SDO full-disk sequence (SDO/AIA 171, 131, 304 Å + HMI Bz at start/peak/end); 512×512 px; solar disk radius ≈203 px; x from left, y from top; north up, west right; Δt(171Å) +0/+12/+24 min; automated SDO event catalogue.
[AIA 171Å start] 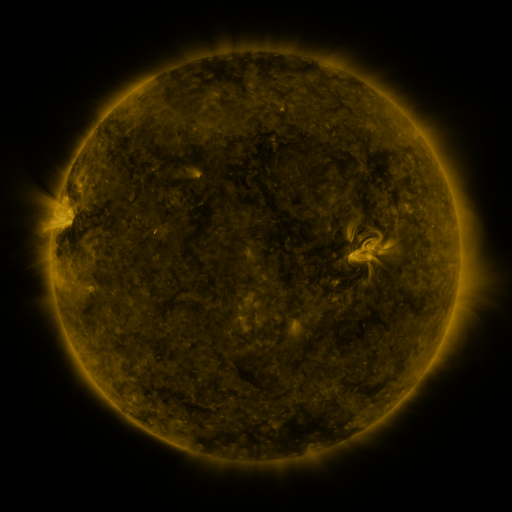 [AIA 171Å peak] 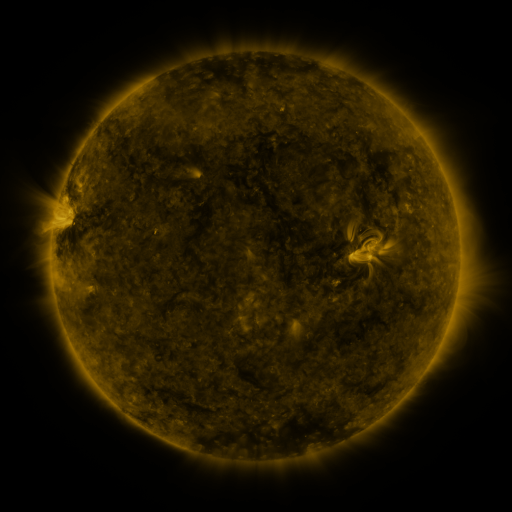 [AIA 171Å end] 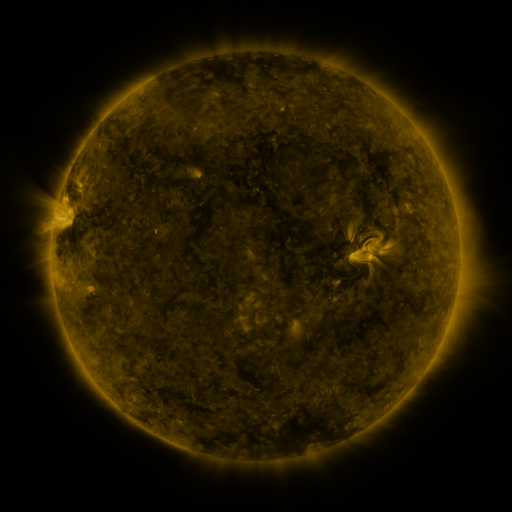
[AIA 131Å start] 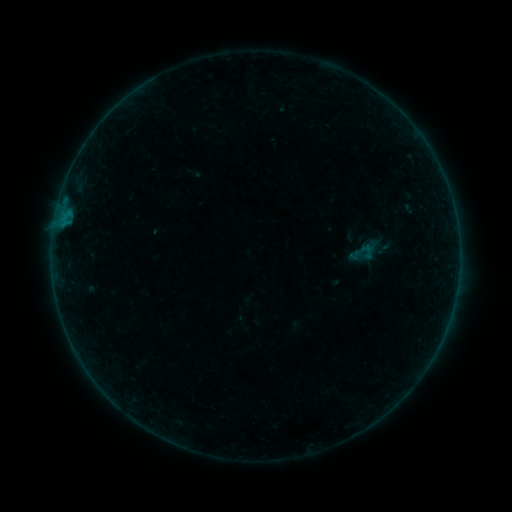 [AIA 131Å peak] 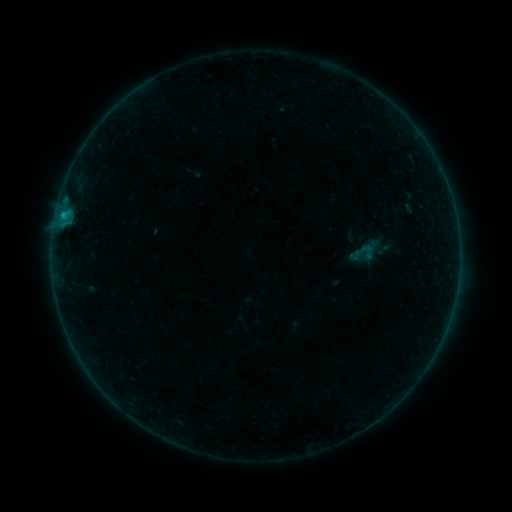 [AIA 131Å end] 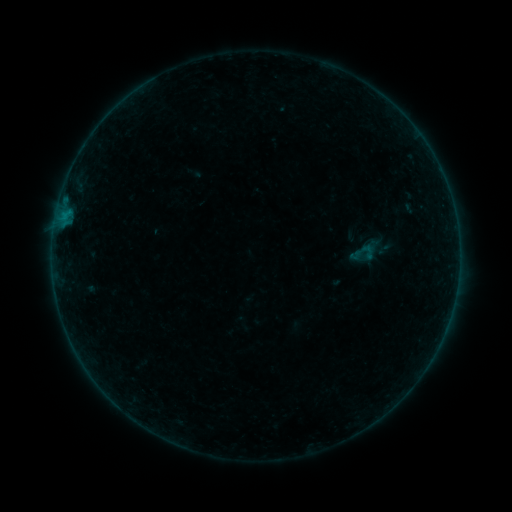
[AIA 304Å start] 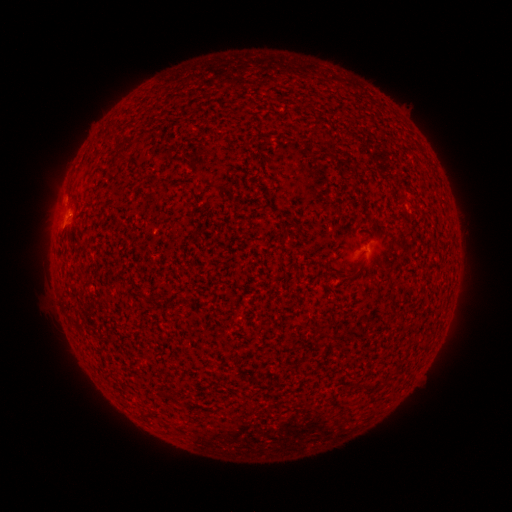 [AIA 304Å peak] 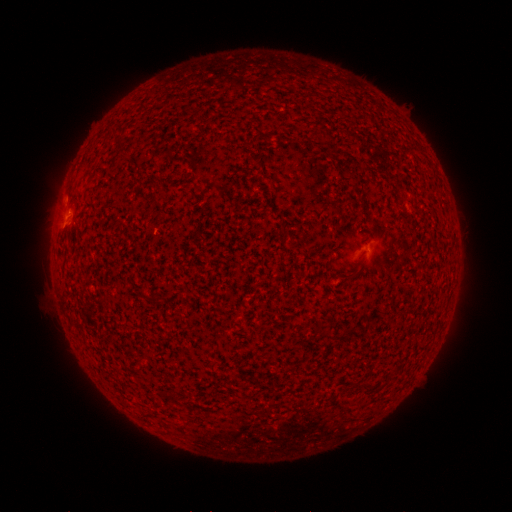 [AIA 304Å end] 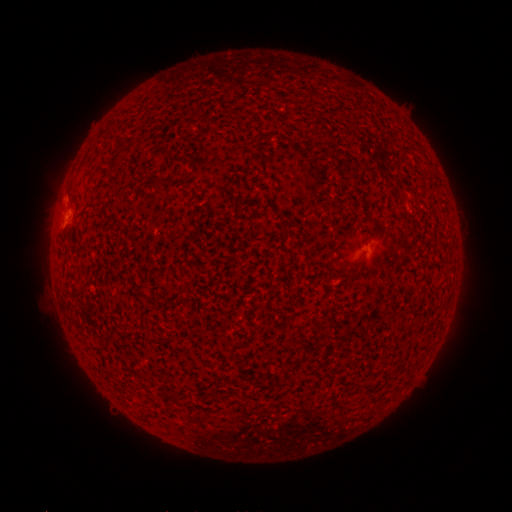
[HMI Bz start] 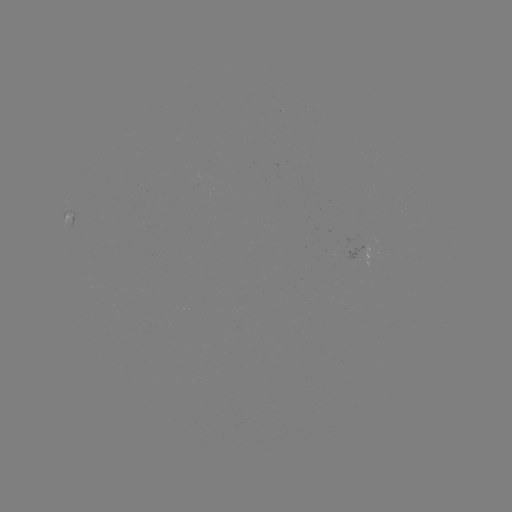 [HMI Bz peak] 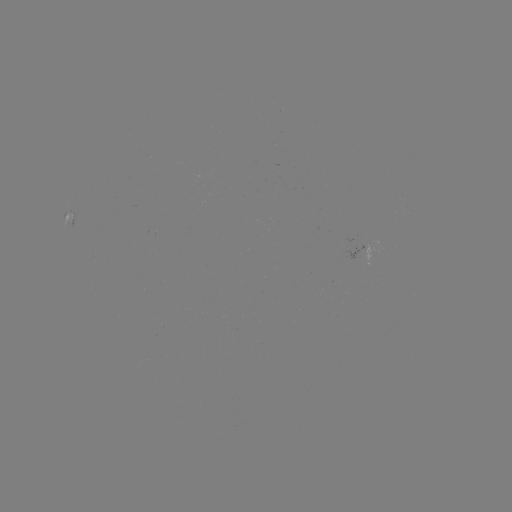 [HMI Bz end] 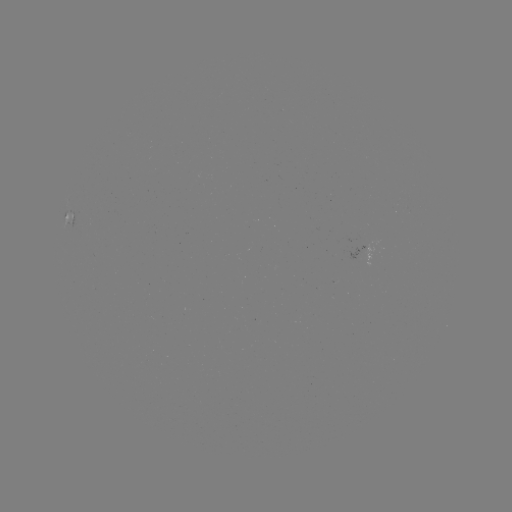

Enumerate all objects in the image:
B2.7 flare: (64, 214)
